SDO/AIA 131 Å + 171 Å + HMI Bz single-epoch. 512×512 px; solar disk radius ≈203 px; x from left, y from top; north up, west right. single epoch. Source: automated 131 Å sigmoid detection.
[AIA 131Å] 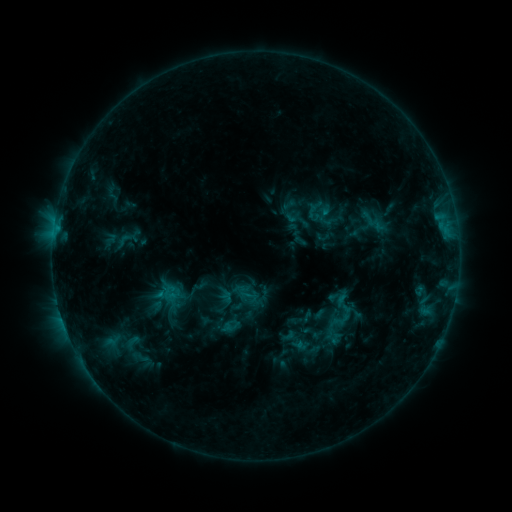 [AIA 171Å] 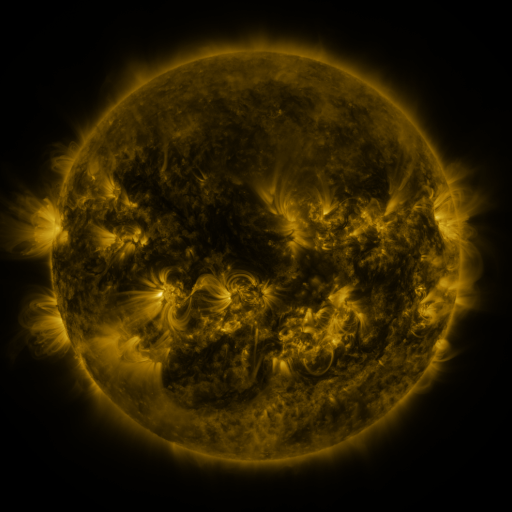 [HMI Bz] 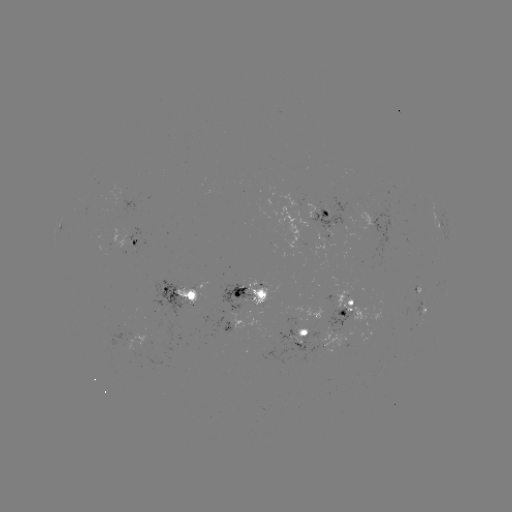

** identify sigmoid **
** (123, 241) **